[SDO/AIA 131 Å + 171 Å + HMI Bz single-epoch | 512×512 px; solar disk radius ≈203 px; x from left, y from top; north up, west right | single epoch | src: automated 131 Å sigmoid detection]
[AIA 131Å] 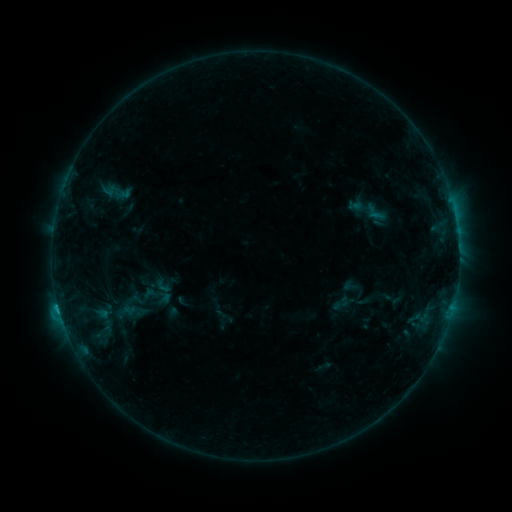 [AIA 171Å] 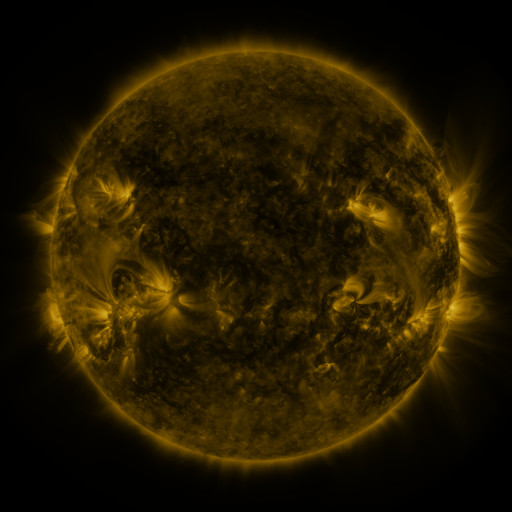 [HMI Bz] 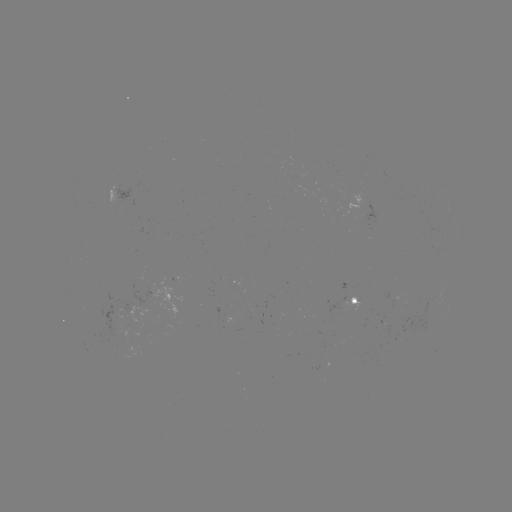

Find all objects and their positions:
sigmoid: (346, 198, 363, 212)
sigmoid: (360, 201, 390, 224)
